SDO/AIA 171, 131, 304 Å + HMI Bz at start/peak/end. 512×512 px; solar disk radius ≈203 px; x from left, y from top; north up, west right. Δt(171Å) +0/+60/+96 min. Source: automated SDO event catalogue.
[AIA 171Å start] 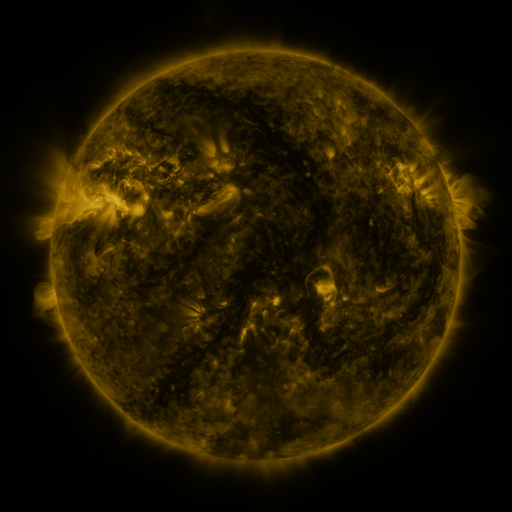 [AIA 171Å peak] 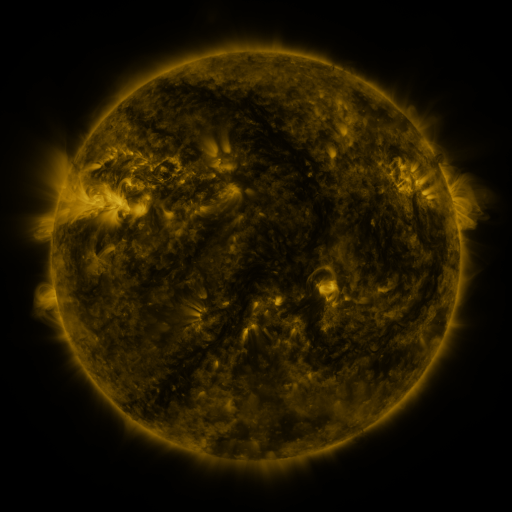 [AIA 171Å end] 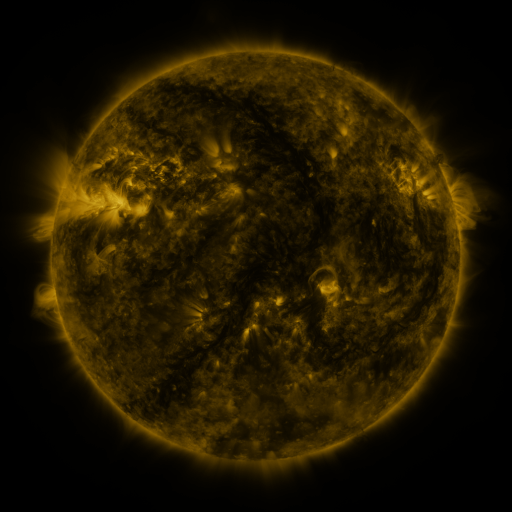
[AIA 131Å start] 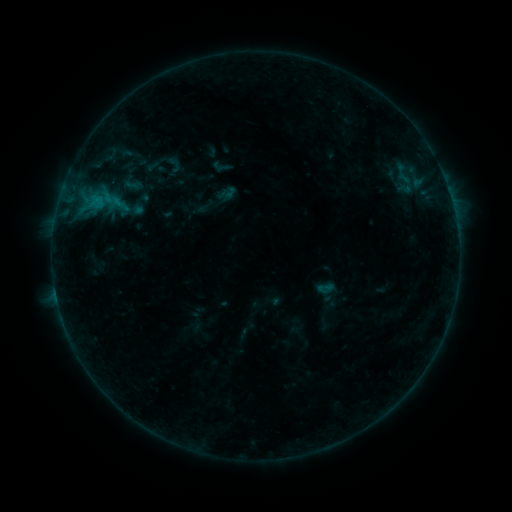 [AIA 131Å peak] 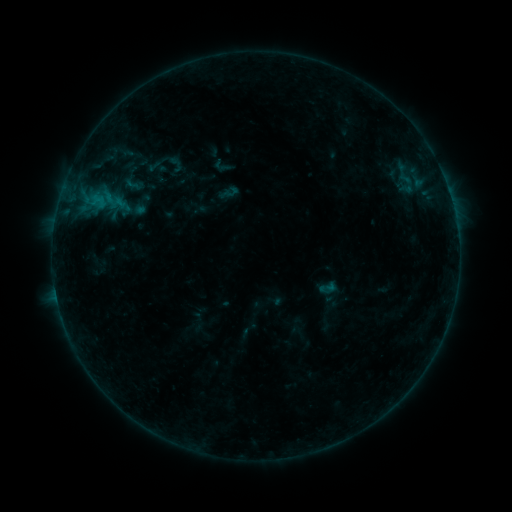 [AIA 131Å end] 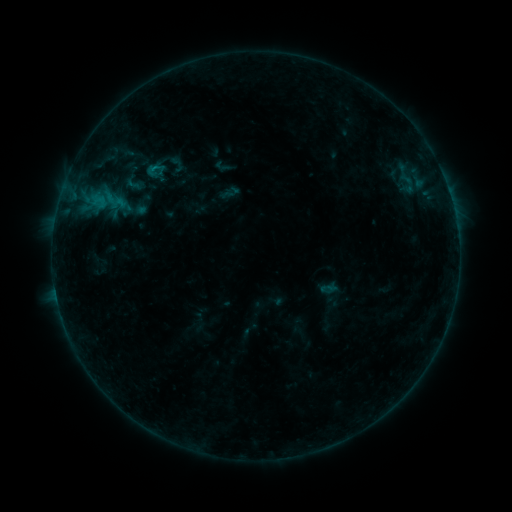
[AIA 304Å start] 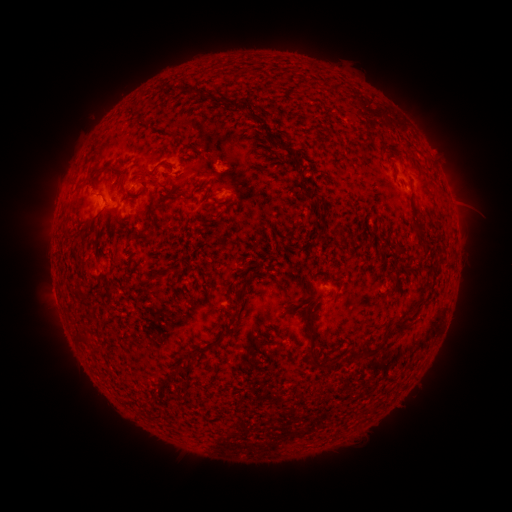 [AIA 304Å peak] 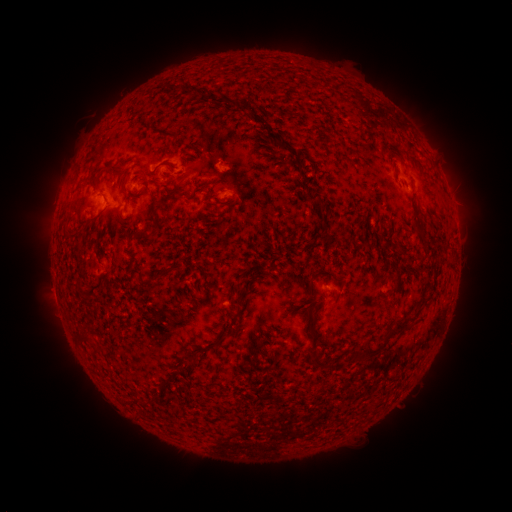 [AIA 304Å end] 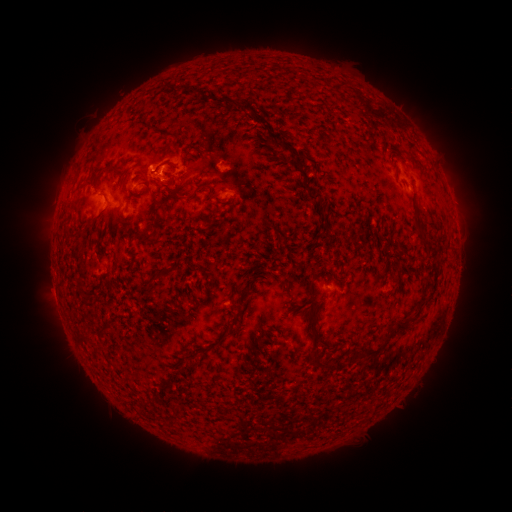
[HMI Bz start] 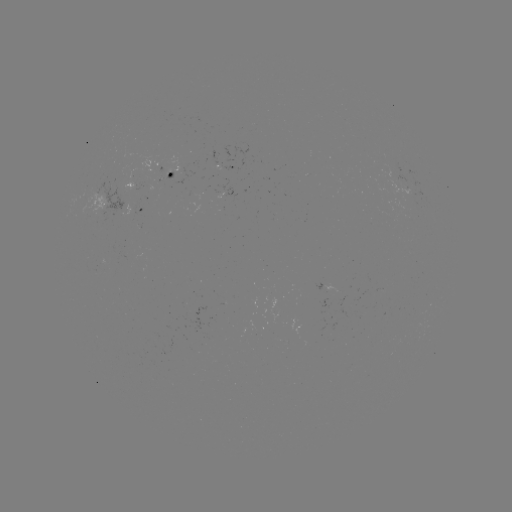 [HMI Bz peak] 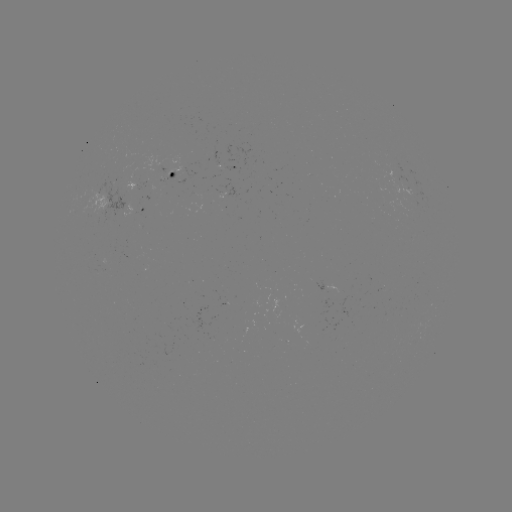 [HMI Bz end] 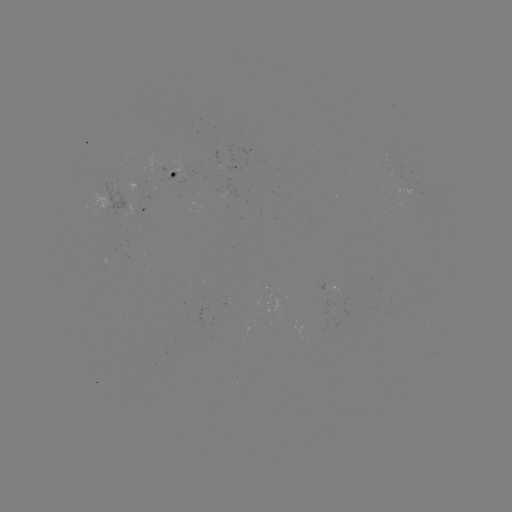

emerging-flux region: (374, 159, 419, 200)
